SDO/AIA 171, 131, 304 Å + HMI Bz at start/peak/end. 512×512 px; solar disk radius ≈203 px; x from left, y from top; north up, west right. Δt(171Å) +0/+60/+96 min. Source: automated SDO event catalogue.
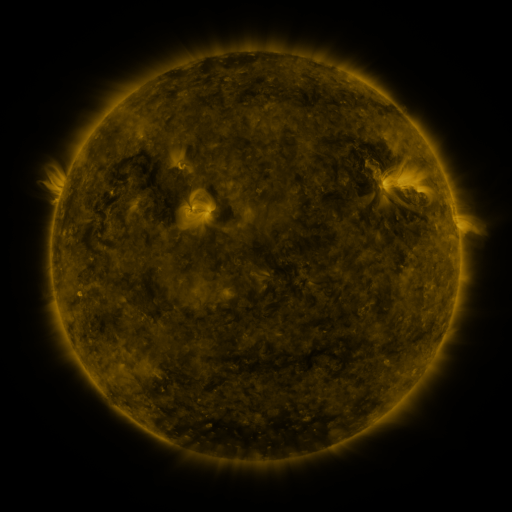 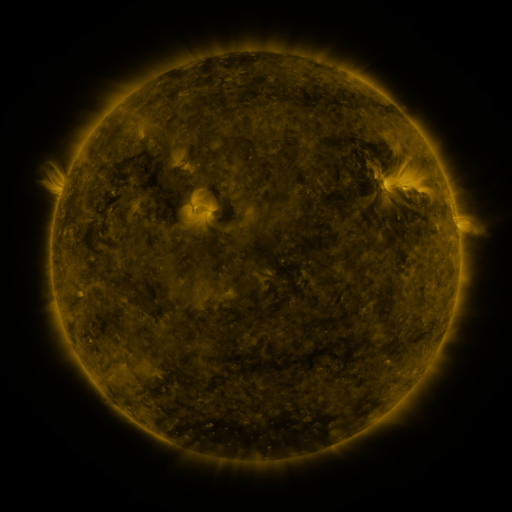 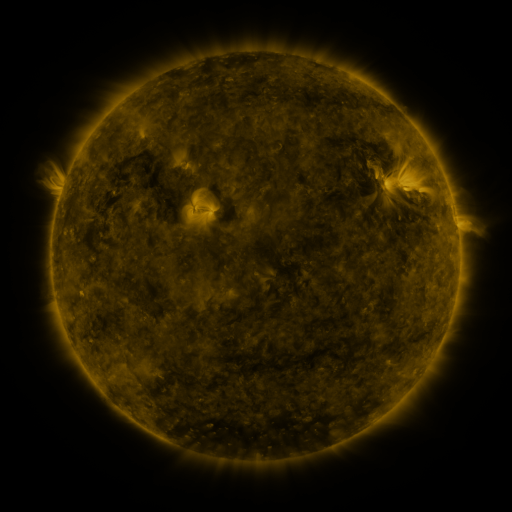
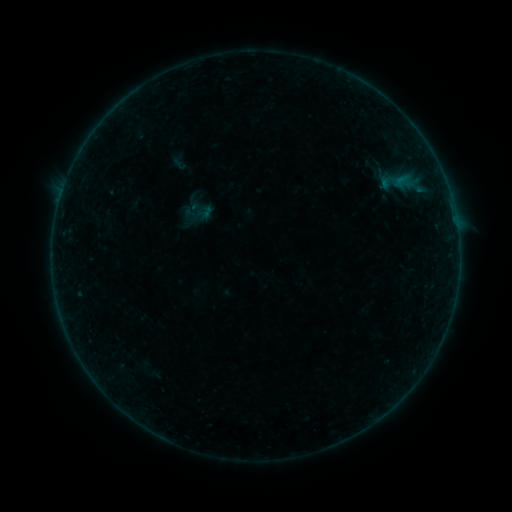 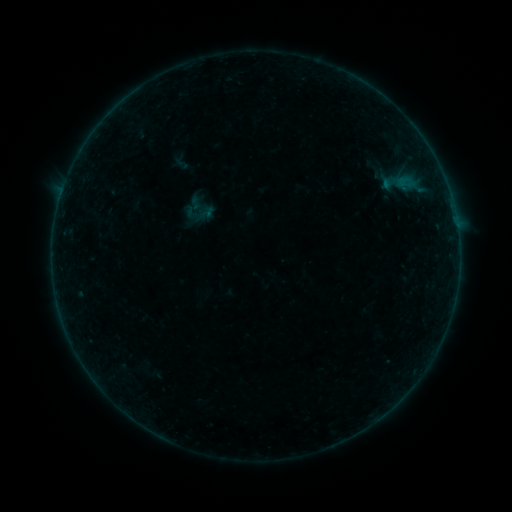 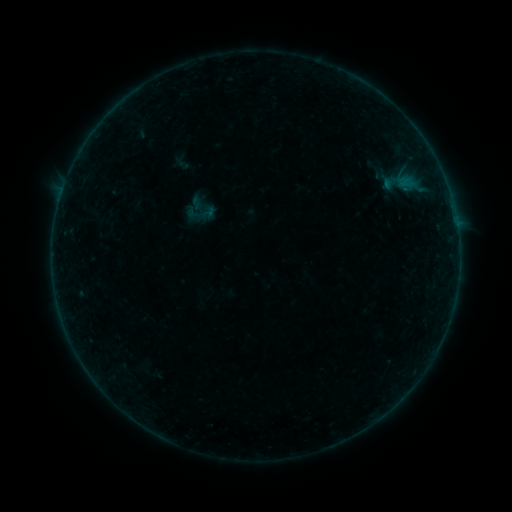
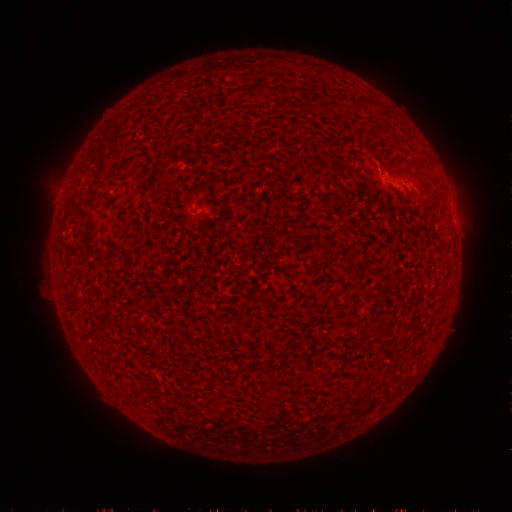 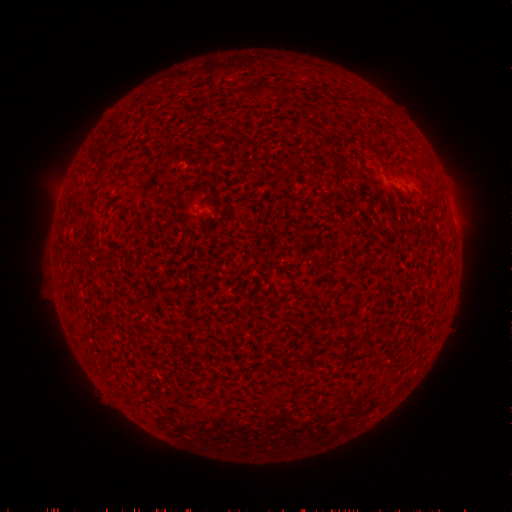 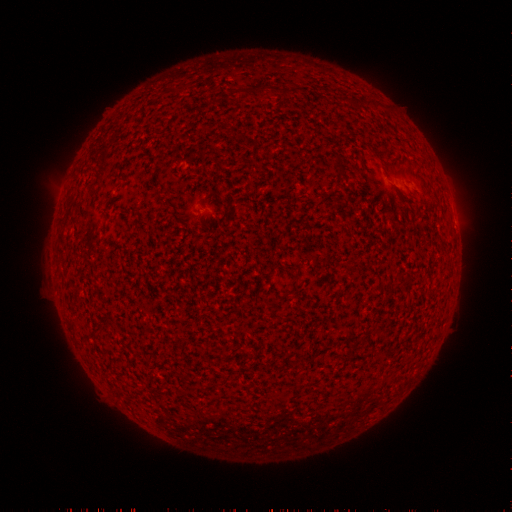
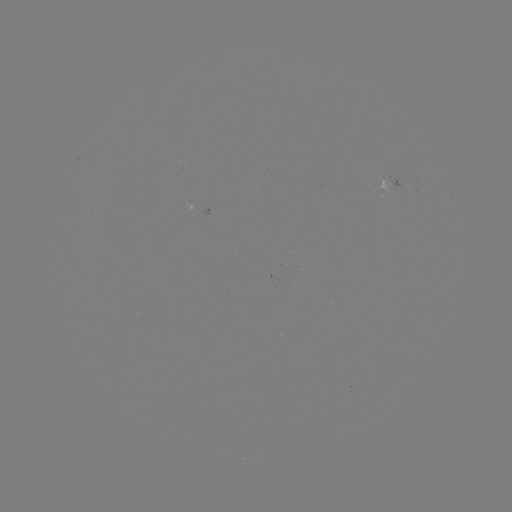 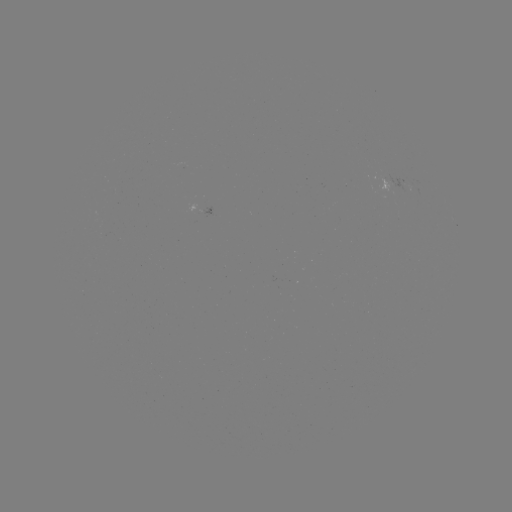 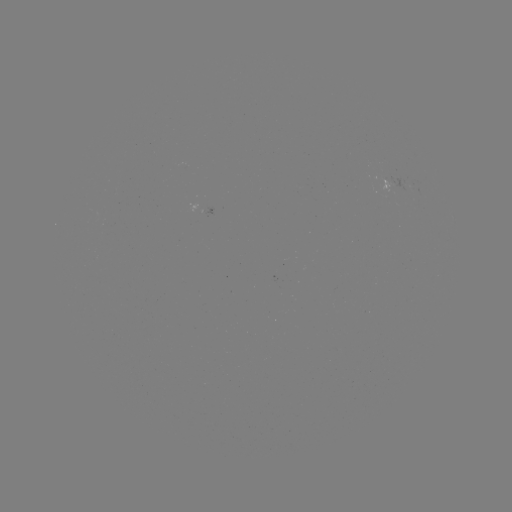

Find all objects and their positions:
emerging-flux region: (395, 187)
